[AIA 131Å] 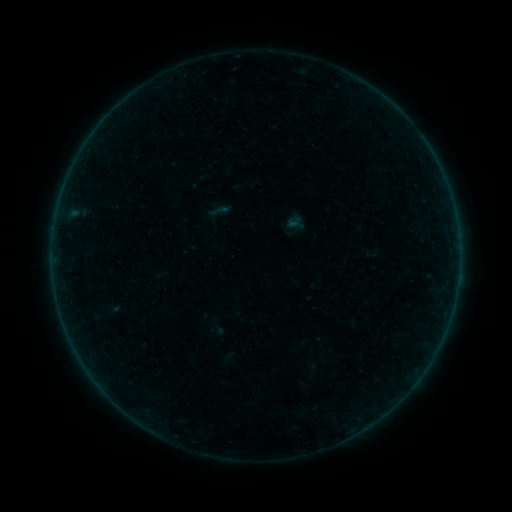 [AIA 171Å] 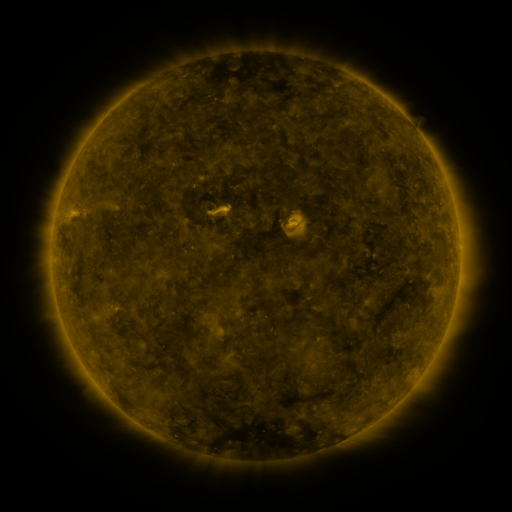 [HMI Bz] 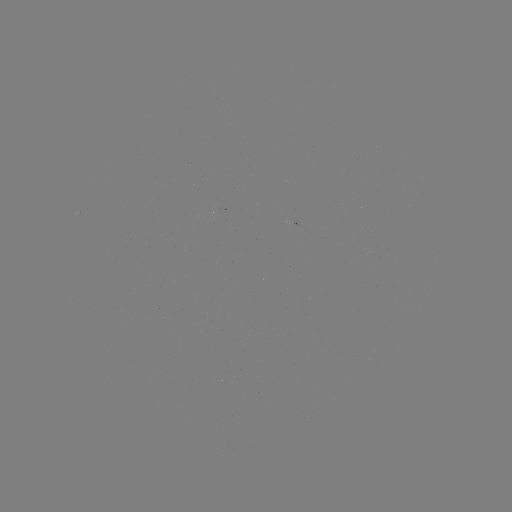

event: sigmoid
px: (219, 211)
